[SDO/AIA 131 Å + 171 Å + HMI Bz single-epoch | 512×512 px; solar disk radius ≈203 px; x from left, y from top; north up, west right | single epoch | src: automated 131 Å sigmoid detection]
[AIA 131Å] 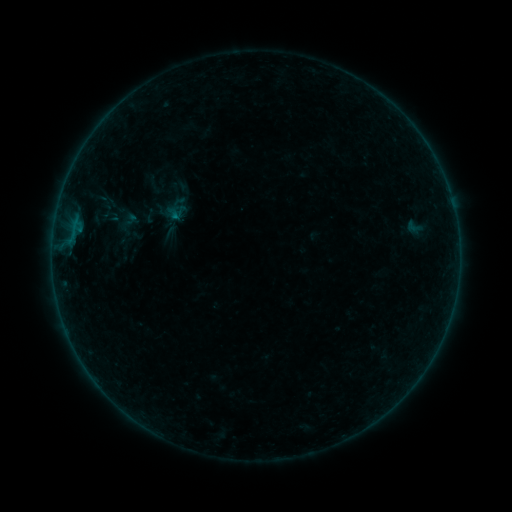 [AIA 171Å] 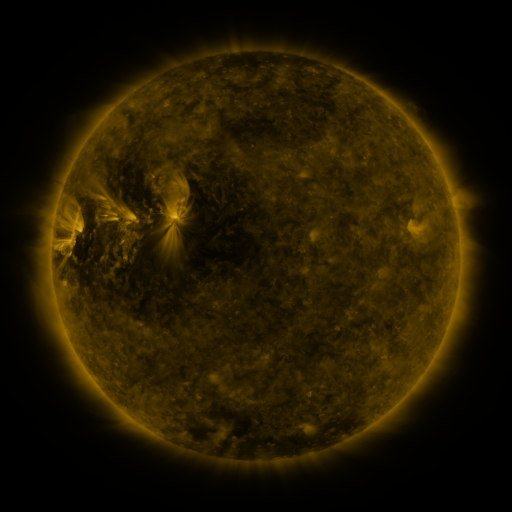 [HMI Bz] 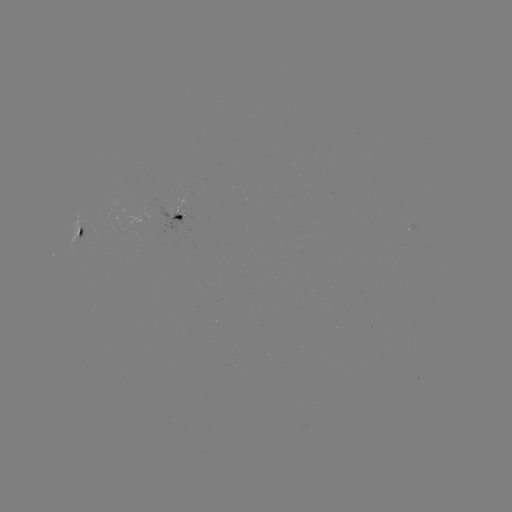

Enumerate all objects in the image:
sigmoid: (414, 227)
